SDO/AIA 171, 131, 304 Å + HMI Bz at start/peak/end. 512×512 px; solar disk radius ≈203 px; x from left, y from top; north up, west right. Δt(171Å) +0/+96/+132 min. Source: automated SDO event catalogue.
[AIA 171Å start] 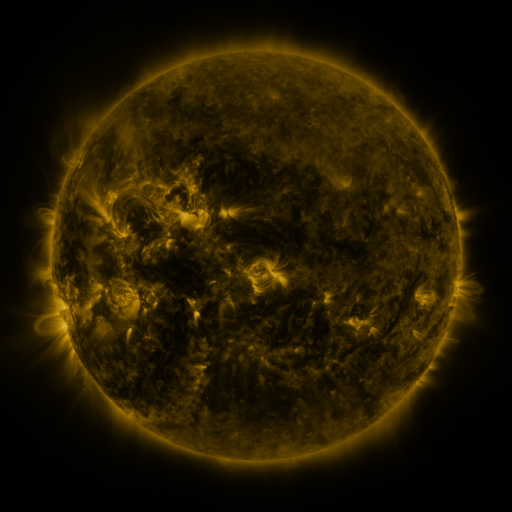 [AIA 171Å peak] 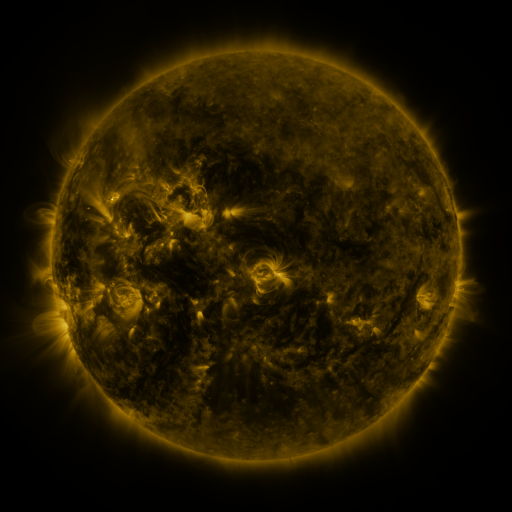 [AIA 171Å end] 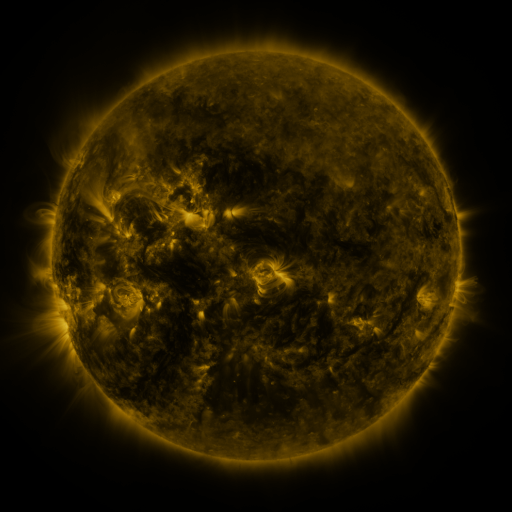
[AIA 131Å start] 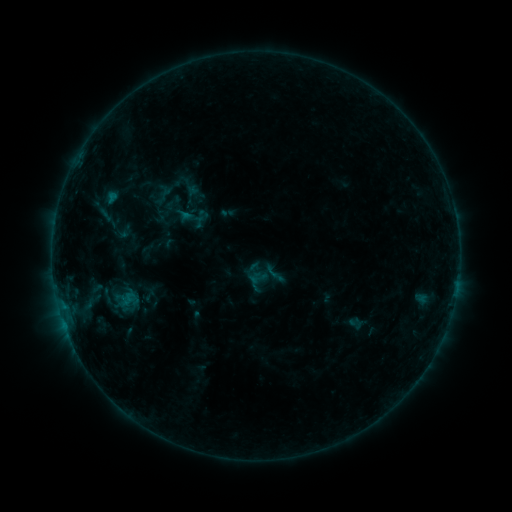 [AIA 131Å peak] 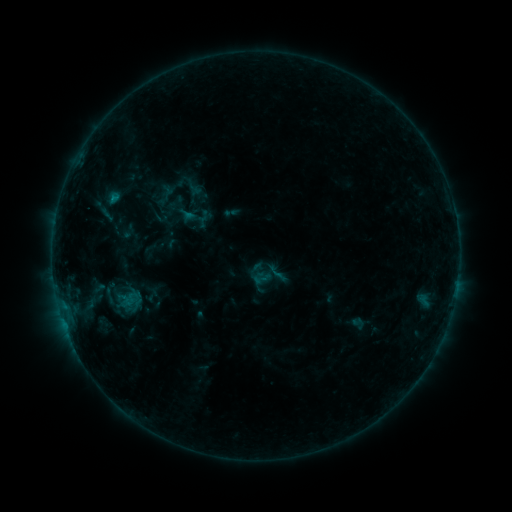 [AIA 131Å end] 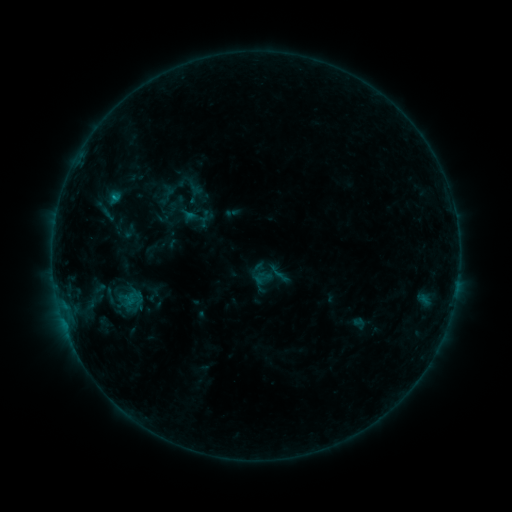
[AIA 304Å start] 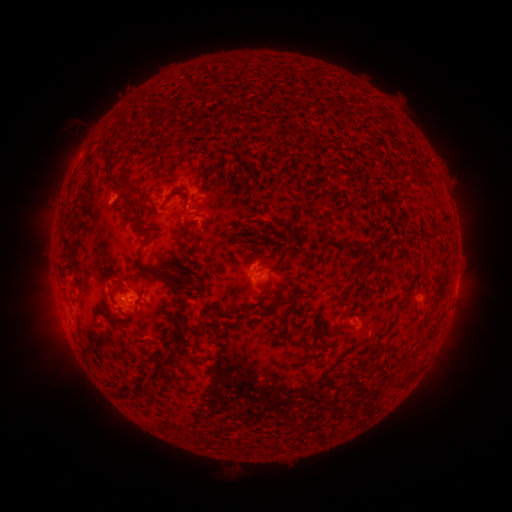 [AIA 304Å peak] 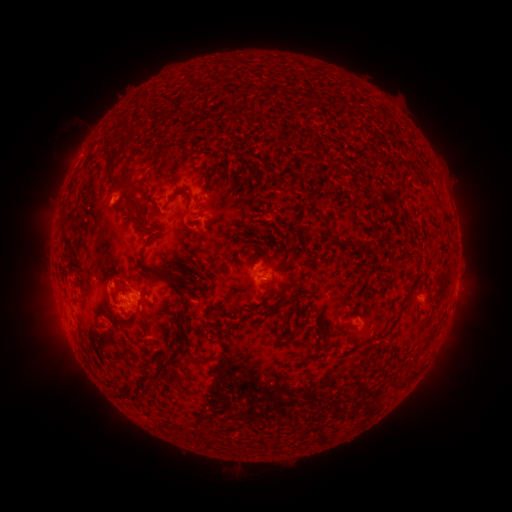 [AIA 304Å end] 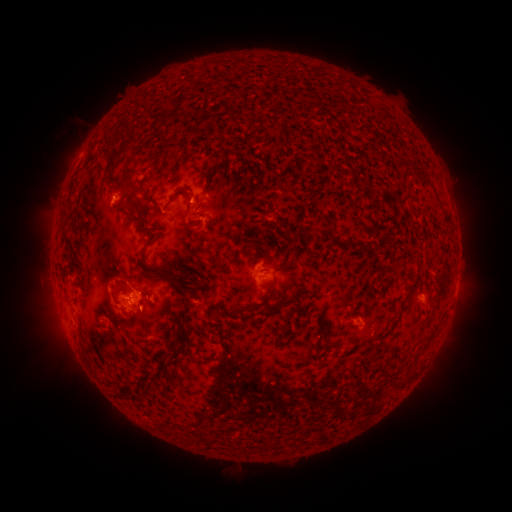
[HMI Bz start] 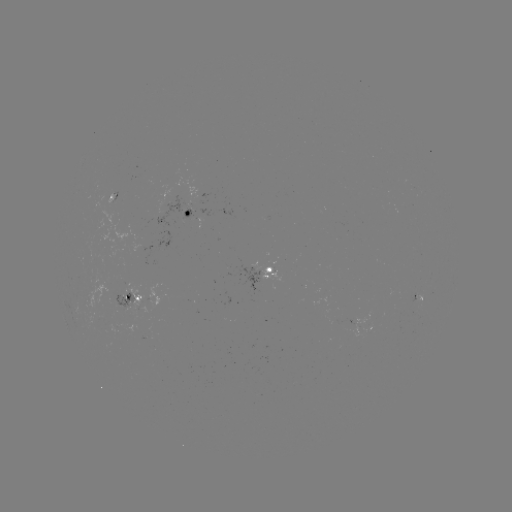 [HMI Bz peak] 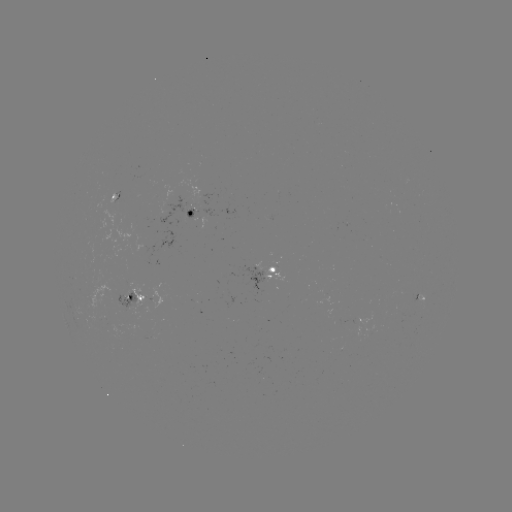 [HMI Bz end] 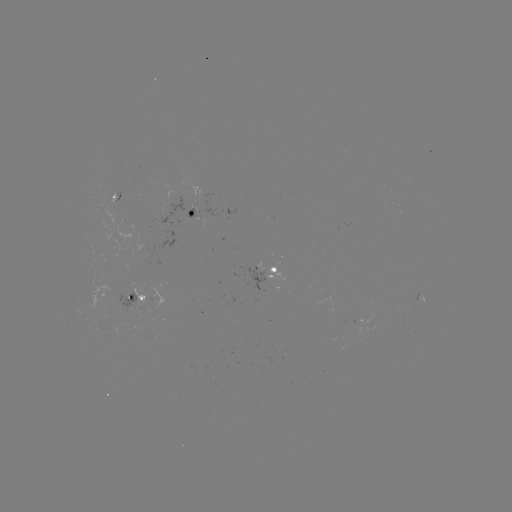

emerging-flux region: [158, 197, 193, 229]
